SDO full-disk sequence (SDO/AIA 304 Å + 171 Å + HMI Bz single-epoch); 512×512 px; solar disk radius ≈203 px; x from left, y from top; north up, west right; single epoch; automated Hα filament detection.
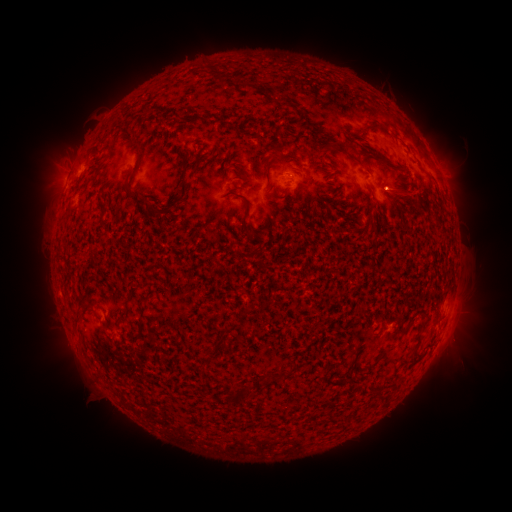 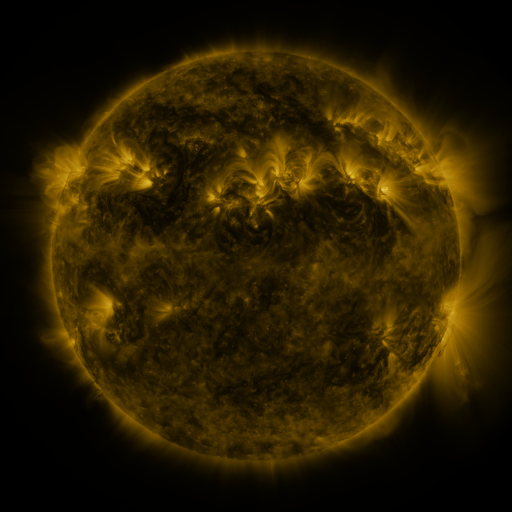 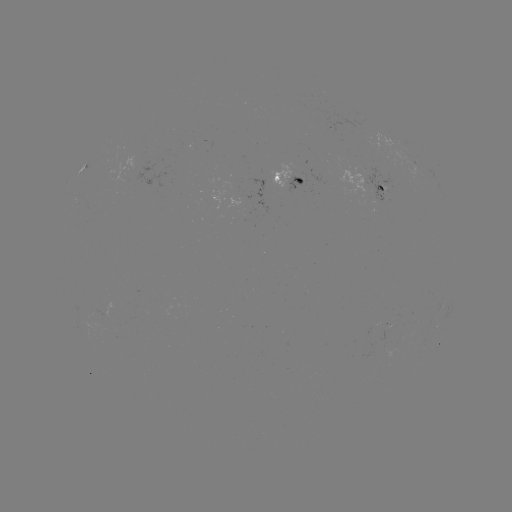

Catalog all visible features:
filament: <bbox>243, 83, 257, 91</bbox>
filament: <bbox>361, 126, 374, 134</bbox>
filament: <bbox>127, 129, 142, 164</bbox>
filament: <bbox>316, 140, 351, 153</bbox>
filament: <bbox>372, 154, 401, 172</bbox>
filament: <bbox>178, 169, 189, 202</bbox>
filament: <bbox>125, 173, 171, 214</bbox>
filament: <bbox>238, 173, 252, 182</bbox>
filament: <bbox>272, 185, 288, 200</bbox>
filament: <bbox>100, 202, 109, 211</bbox>
filament: <bbox>240, 203, 258, 241</bbox>
filament: <bbox>379, 212, 386, 223</bbox>
filament: <bbox>245, 306, 258, 315</bbox>
filament: <bbox>415, 309, 427, 331</bbox>
filament: <bbox>116, 310, 127, 323</bbox>
filament: <bbox>137, 311, 145, 332</bbox>
filament: <bbox>72, 312, 81, 330</bbox>
filament: <bbox>226, 323, 238, 332</bbox>
filament: <bbox>232, 377, 271, 402</bbox>
filament: <bbox>374, 390, 382, 400</bbox>
